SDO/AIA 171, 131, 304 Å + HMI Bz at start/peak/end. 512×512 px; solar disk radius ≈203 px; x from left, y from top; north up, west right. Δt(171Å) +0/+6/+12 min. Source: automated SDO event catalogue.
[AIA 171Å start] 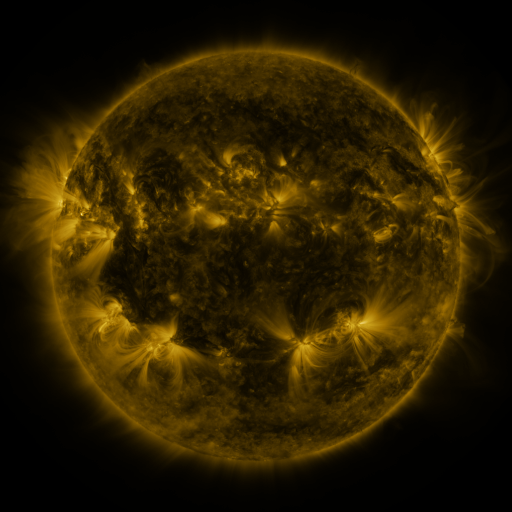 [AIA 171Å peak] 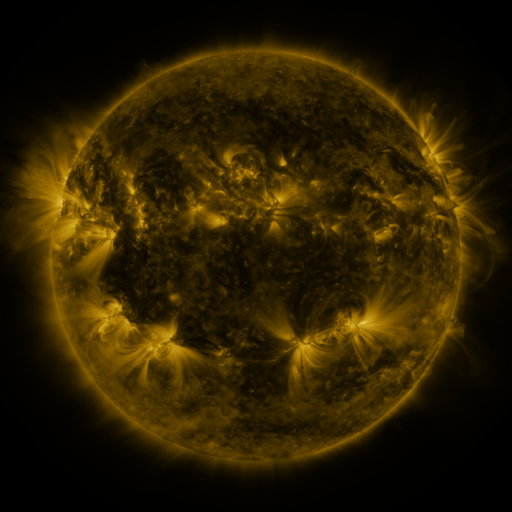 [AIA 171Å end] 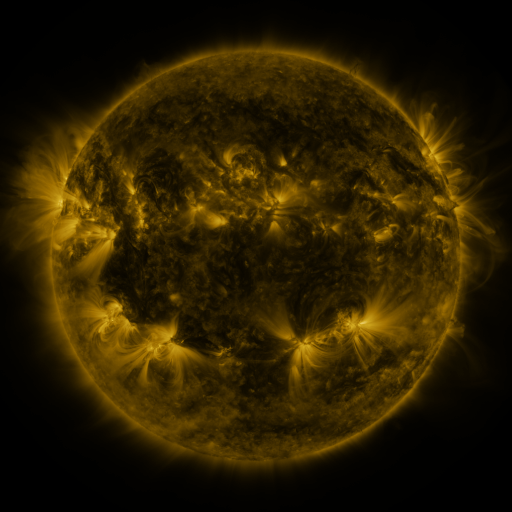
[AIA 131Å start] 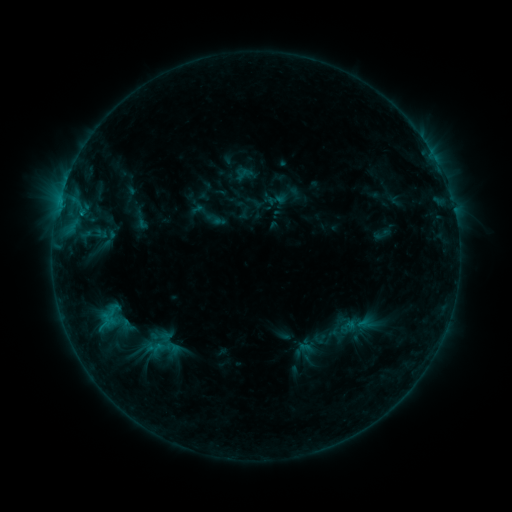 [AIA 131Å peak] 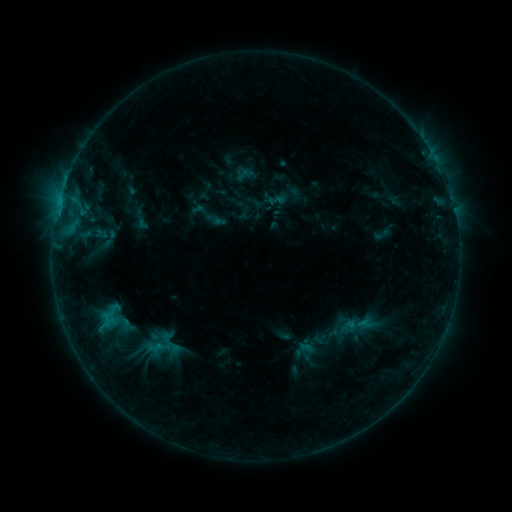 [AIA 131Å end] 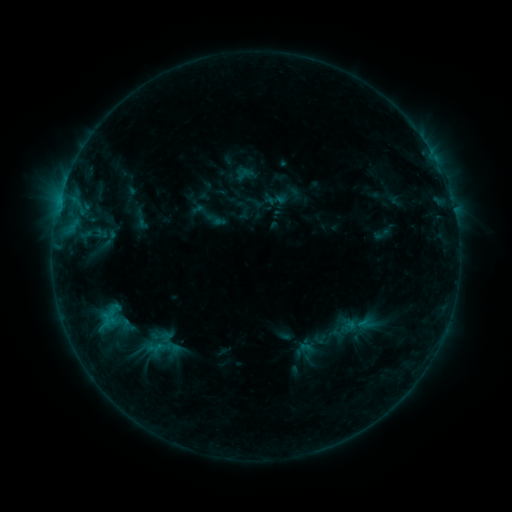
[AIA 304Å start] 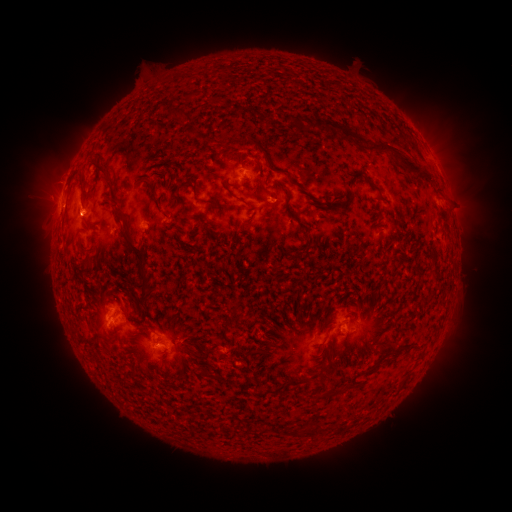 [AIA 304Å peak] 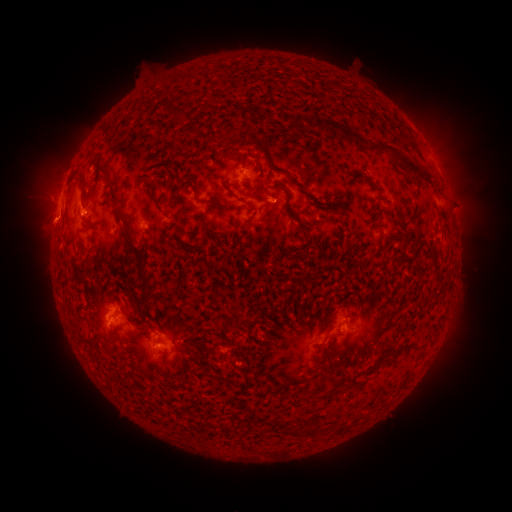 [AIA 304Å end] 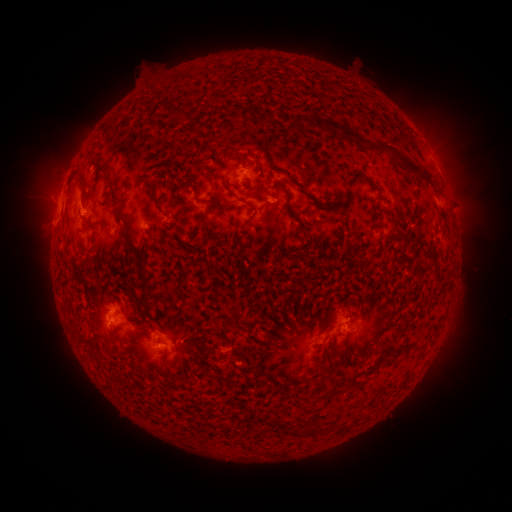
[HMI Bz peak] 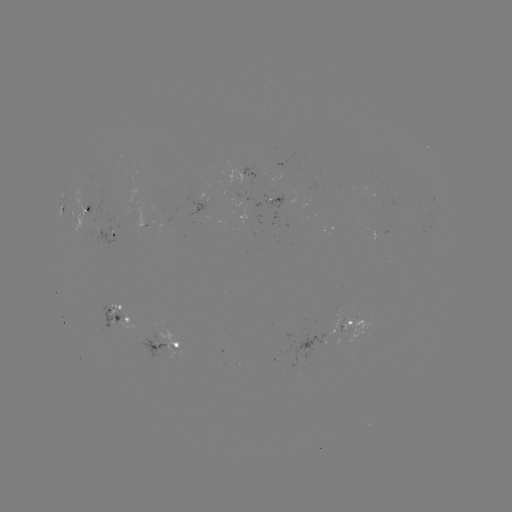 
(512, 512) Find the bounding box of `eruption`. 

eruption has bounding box [19, 195, 79, 250].